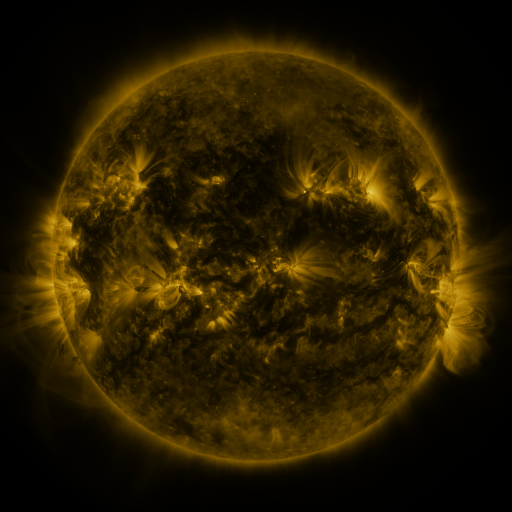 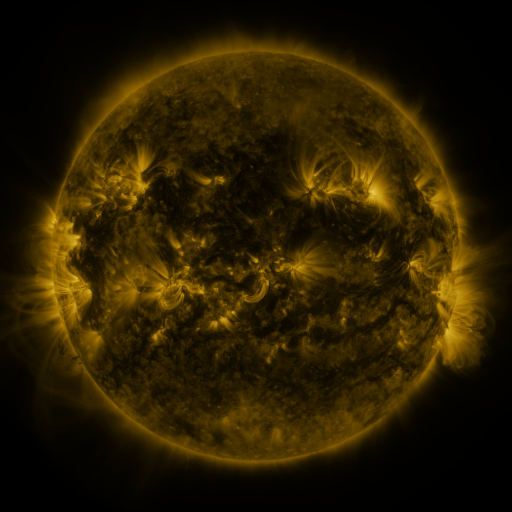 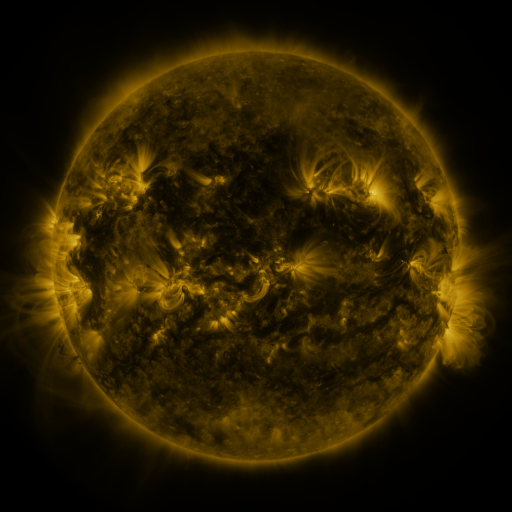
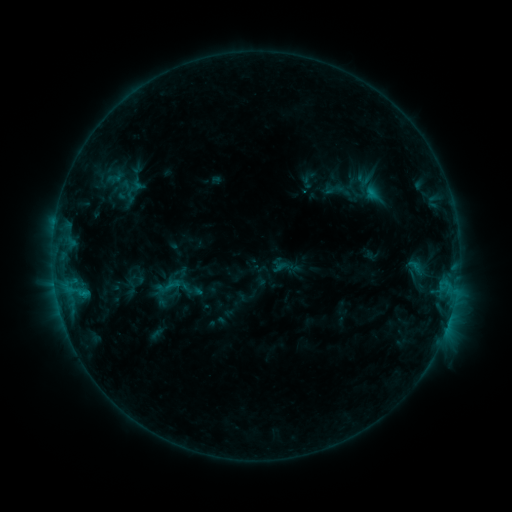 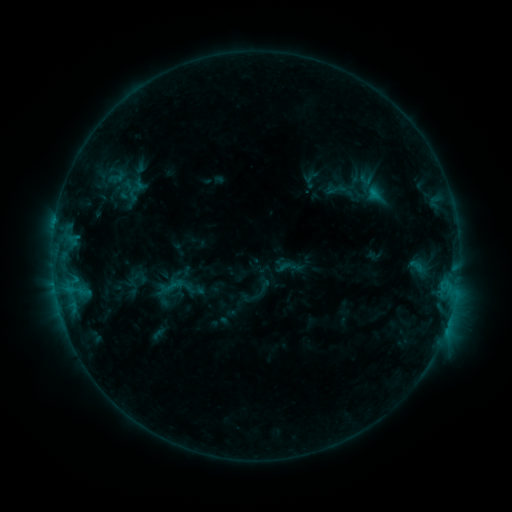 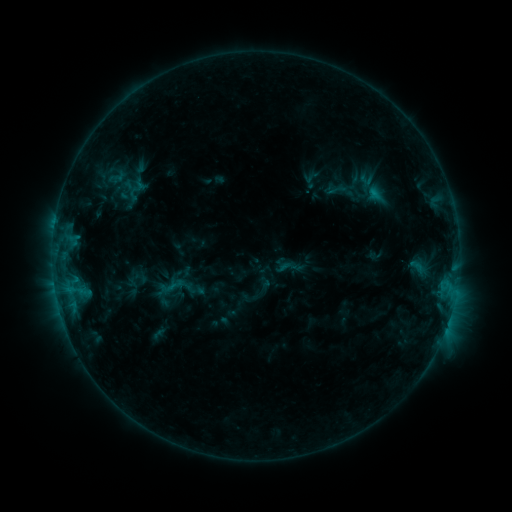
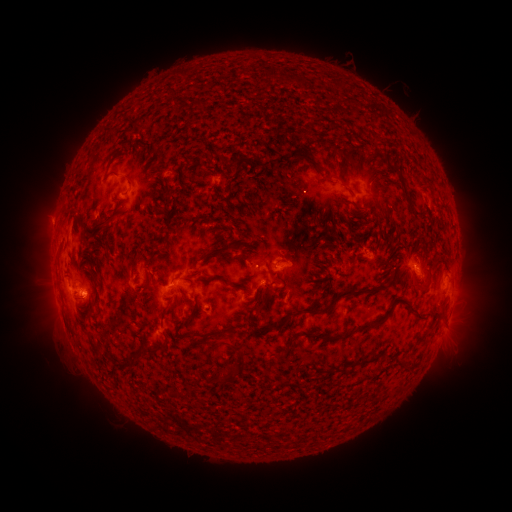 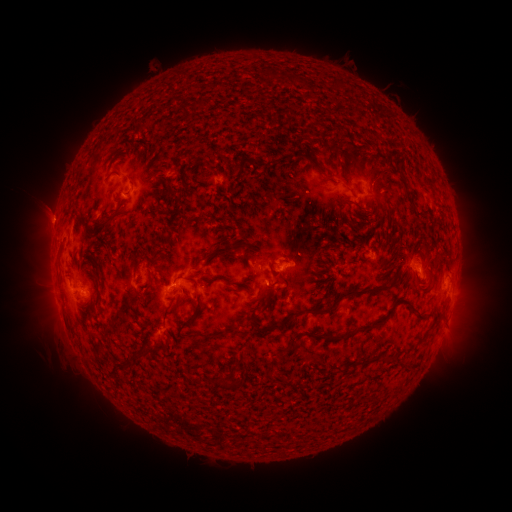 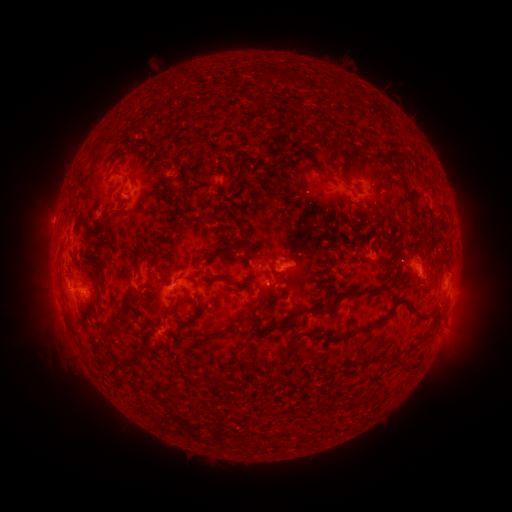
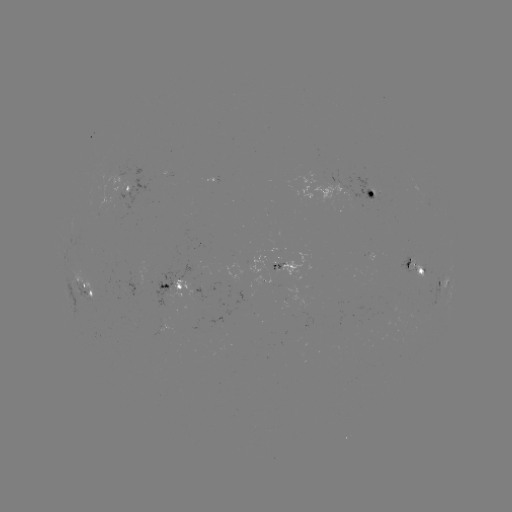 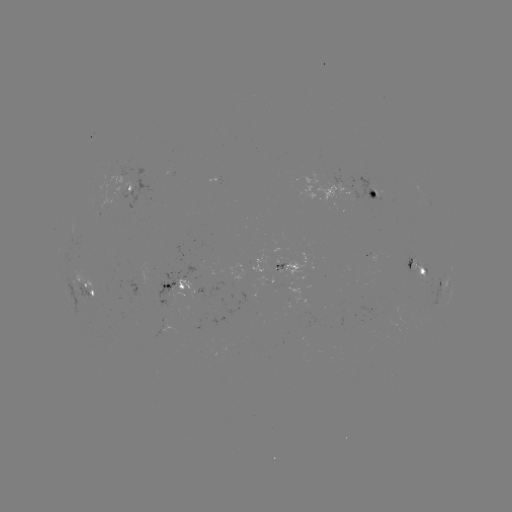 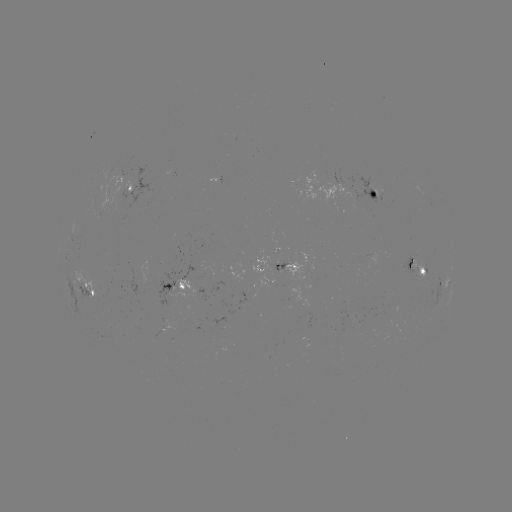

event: emerging-flux region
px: (370, 188)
